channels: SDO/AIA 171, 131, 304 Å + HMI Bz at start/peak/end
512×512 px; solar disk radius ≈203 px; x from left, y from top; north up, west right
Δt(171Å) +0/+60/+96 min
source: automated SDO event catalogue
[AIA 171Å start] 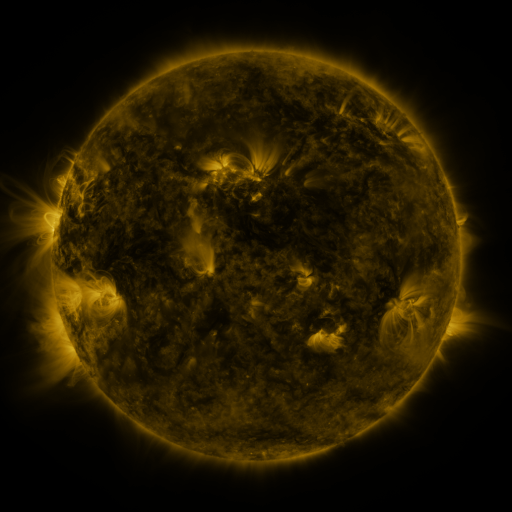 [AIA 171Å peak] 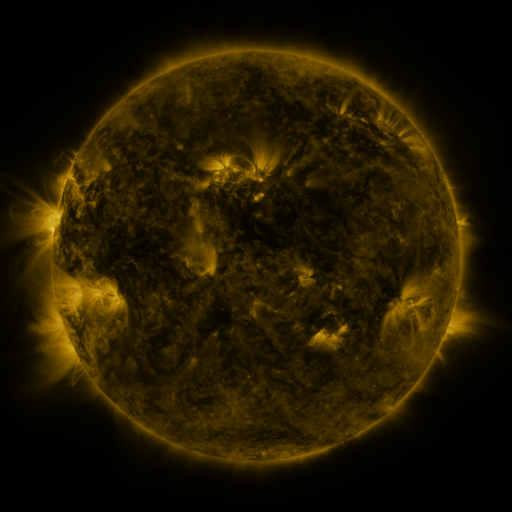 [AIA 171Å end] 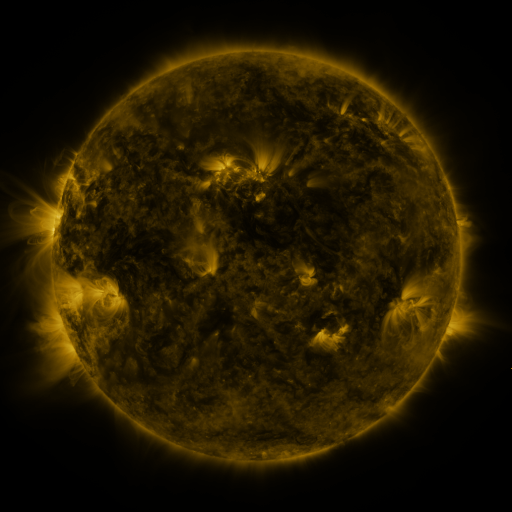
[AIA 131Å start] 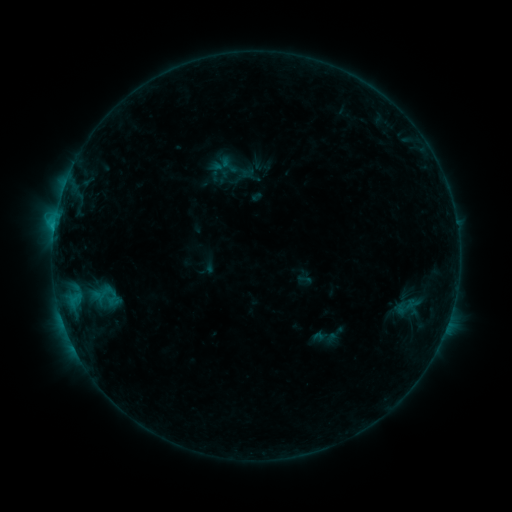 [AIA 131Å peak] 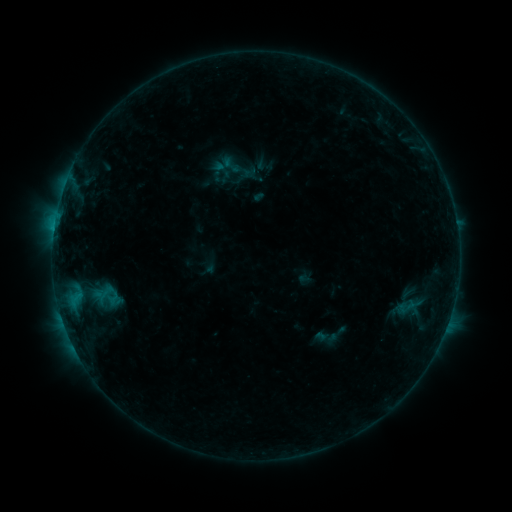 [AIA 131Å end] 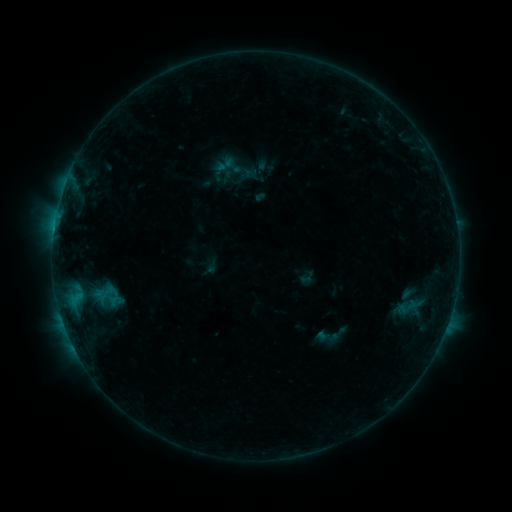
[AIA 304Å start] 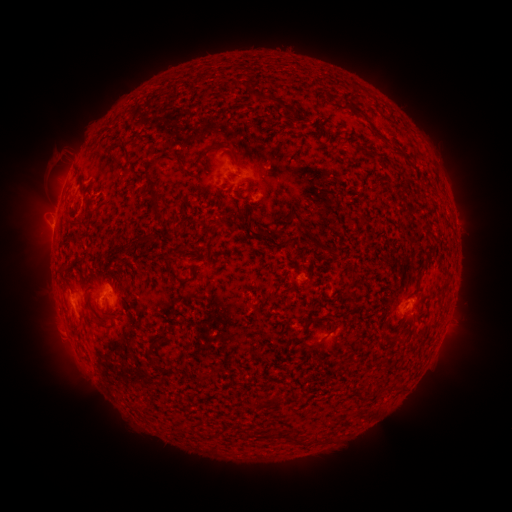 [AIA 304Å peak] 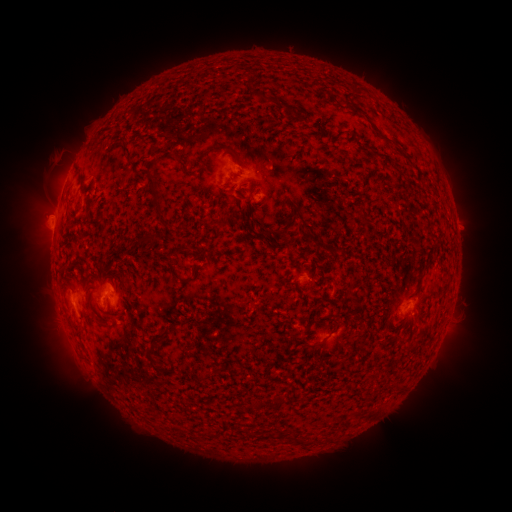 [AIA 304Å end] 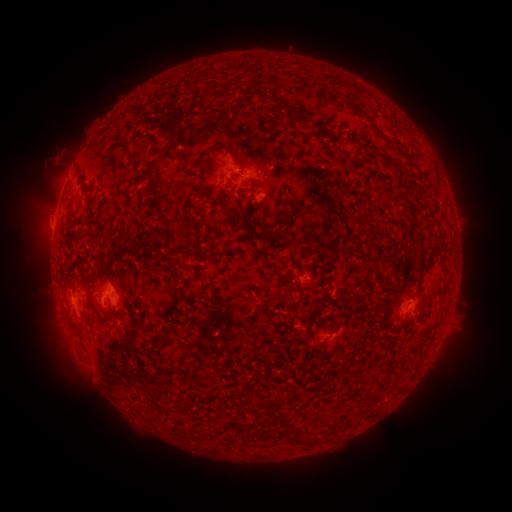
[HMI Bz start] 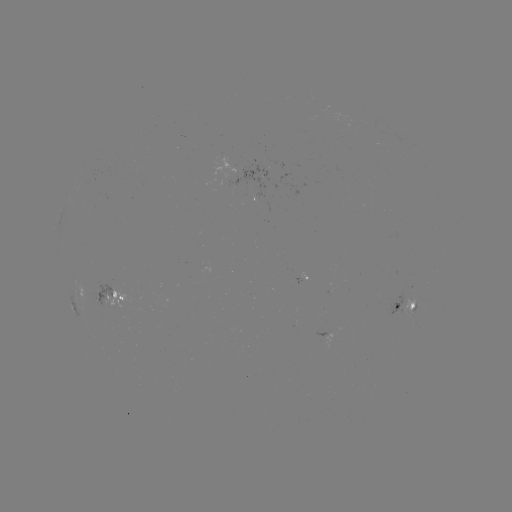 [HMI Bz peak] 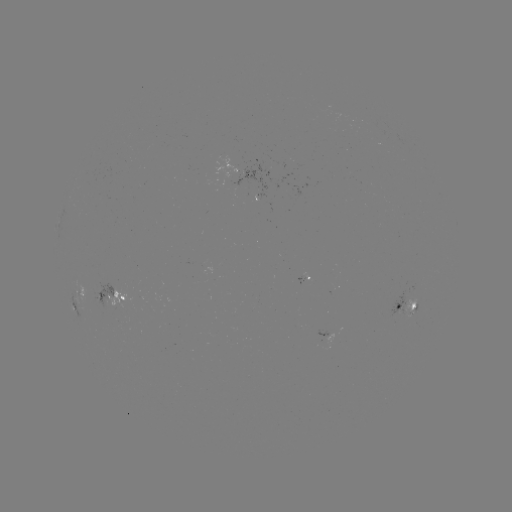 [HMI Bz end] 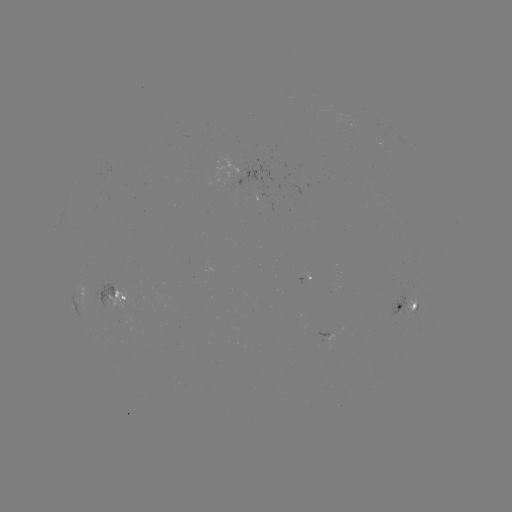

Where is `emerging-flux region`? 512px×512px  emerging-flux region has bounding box [224, 159, 269, 198].